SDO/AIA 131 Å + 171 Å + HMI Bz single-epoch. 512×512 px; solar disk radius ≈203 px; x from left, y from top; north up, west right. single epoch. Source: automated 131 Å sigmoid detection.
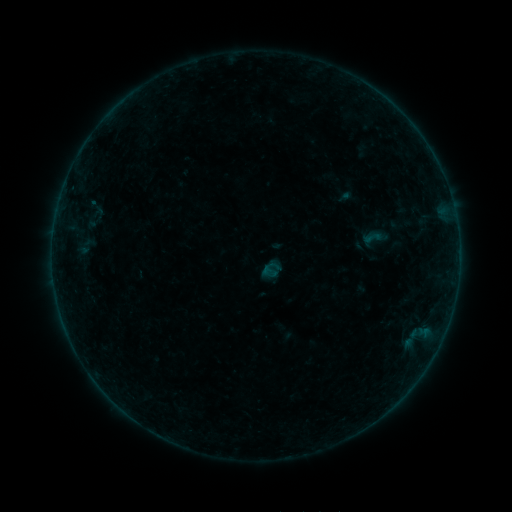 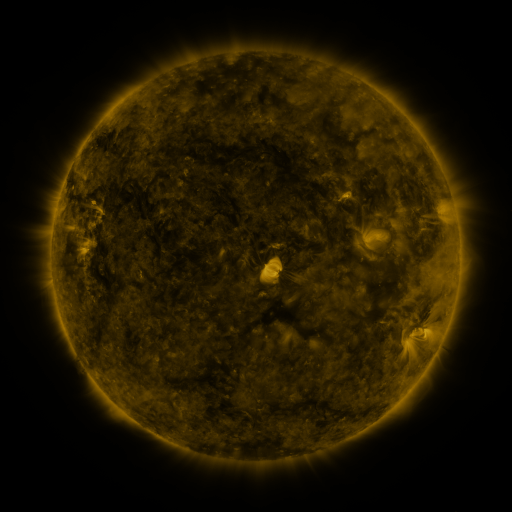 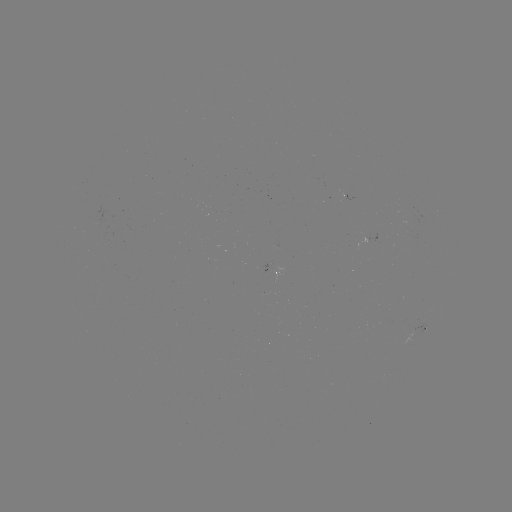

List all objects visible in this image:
sigmoid: (361, 227, 382, 248)
